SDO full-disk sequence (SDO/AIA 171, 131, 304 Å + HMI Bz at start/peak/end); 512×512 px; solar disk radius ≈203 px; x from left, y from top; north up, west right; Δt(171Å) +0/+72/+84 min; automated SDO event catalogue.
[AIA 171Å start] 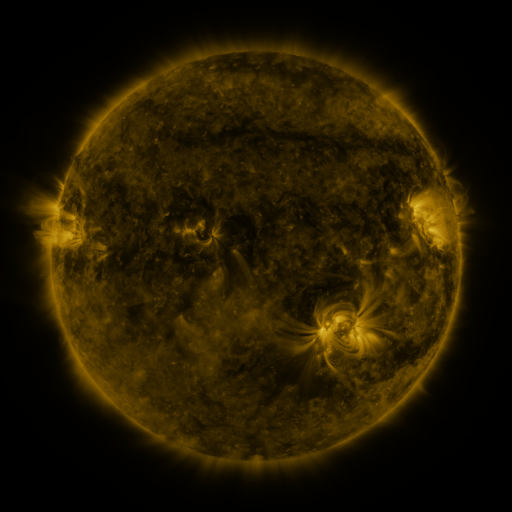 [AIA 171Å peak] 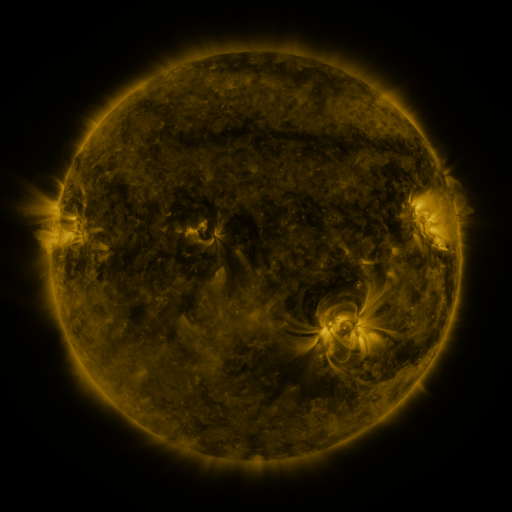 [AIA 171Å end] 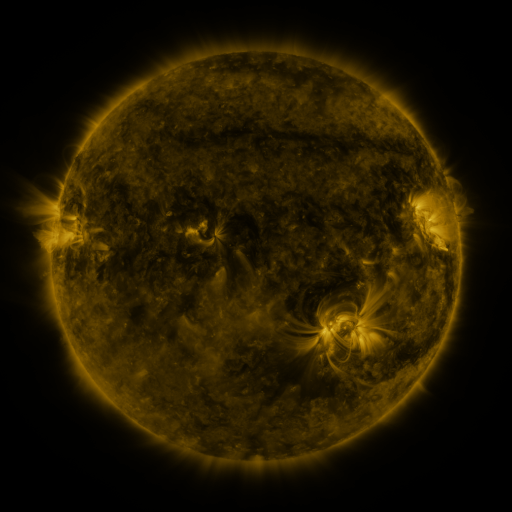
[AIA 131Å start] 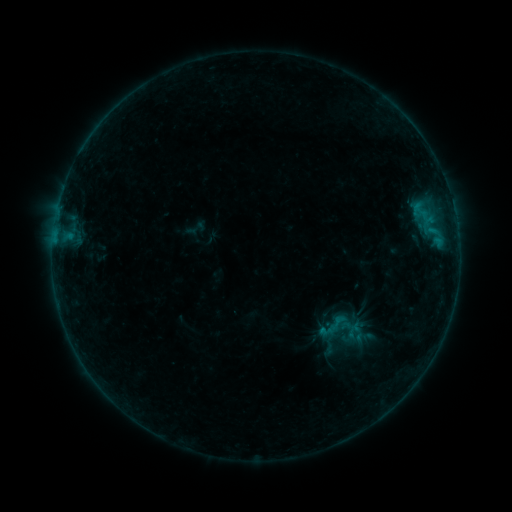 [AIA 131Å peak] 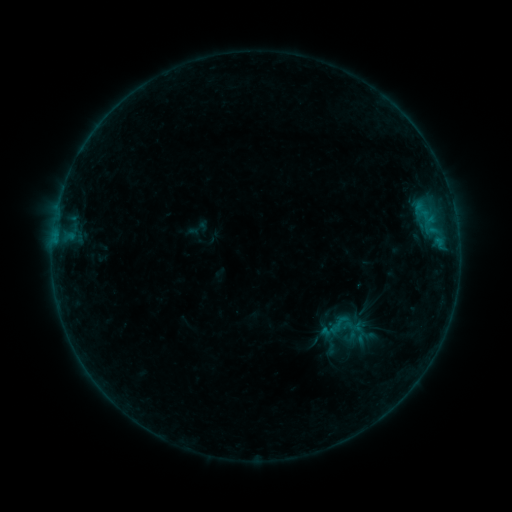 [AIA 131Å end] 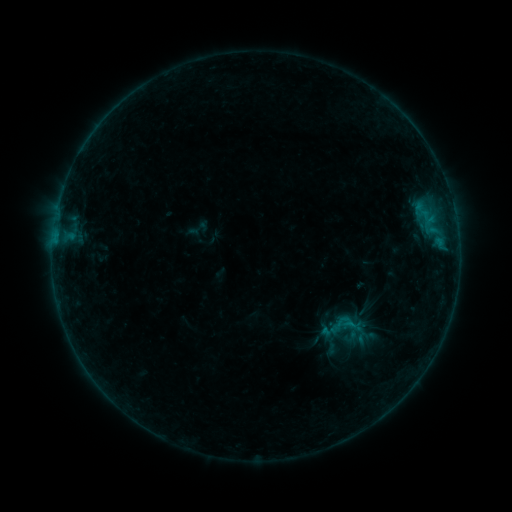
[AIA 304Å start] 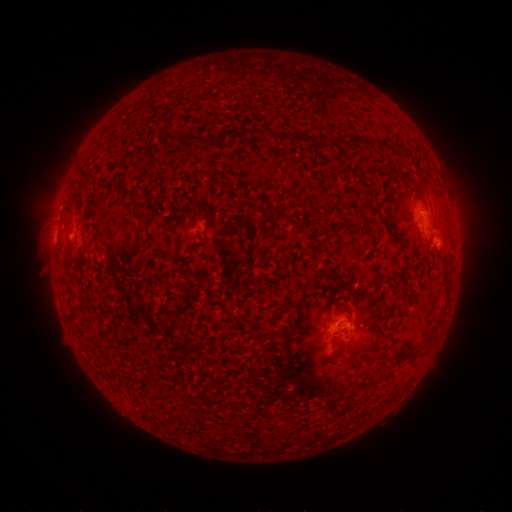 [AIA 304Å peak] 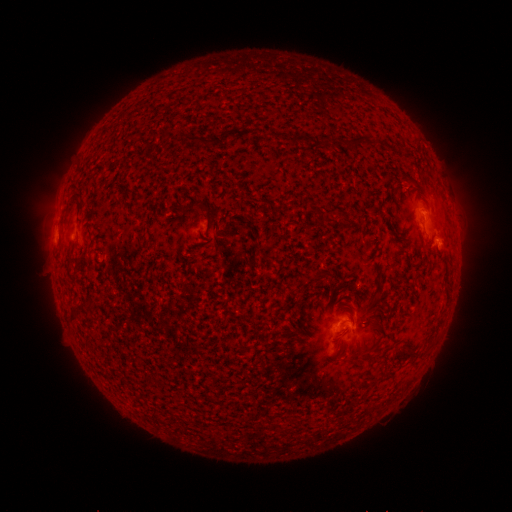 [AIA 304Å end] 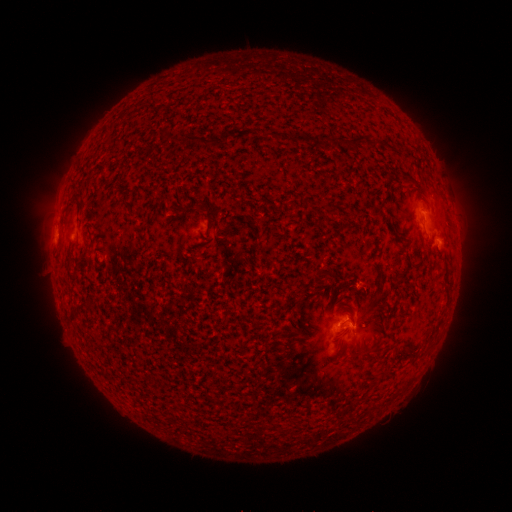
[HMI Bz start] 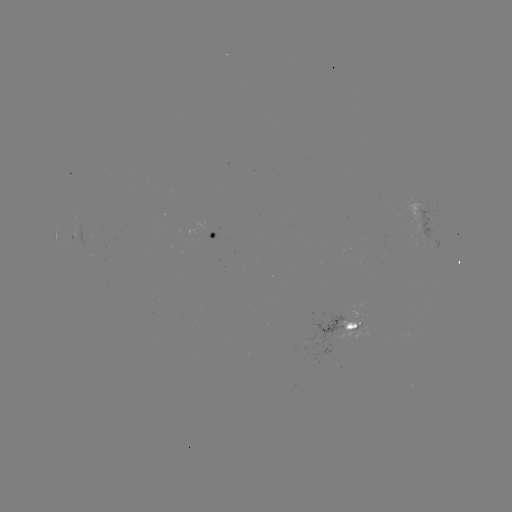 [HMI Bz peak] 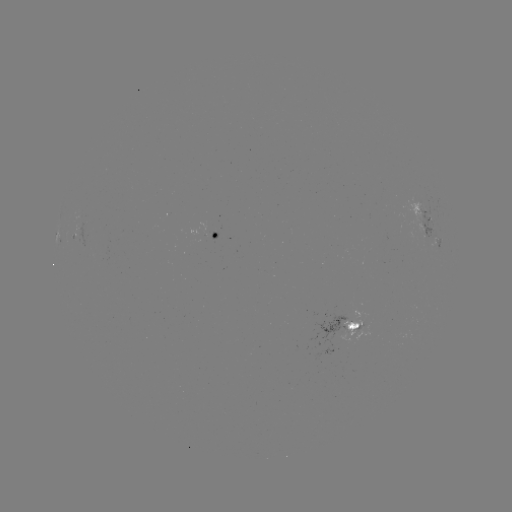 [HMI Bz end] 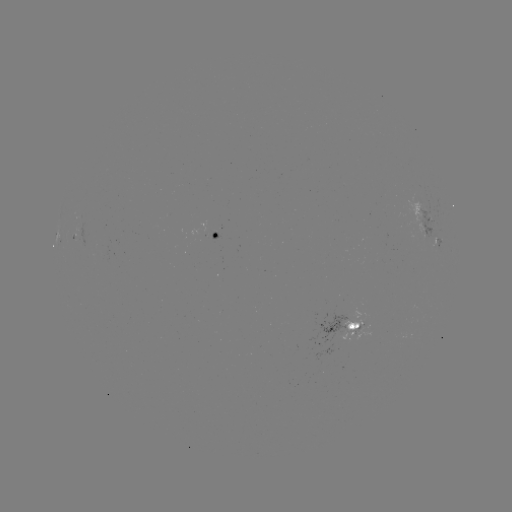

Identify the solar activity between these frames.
emerging-flux region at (349, 329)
